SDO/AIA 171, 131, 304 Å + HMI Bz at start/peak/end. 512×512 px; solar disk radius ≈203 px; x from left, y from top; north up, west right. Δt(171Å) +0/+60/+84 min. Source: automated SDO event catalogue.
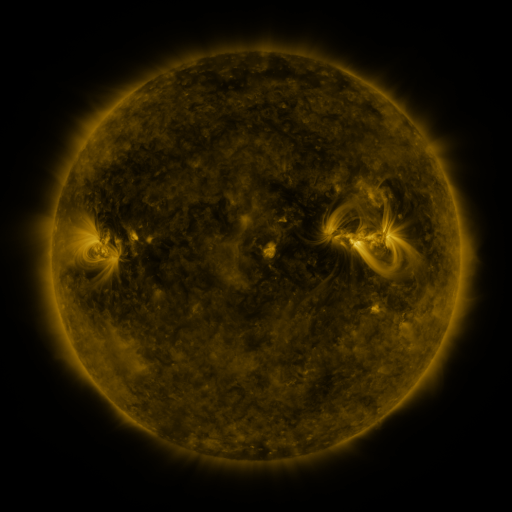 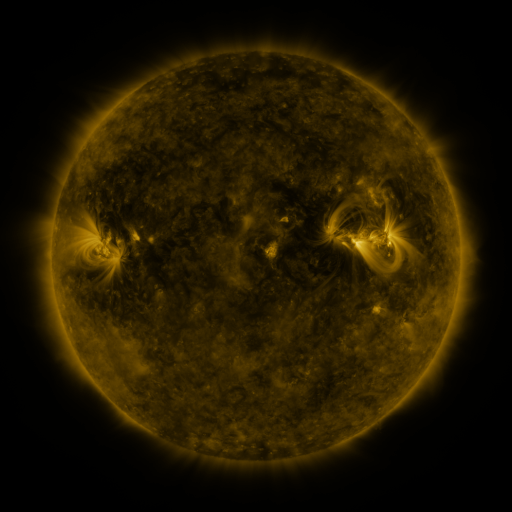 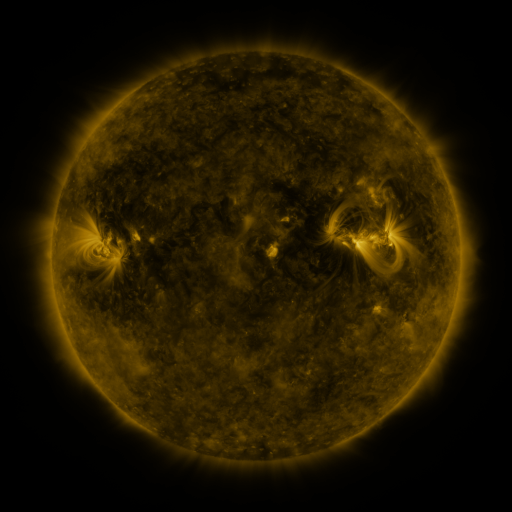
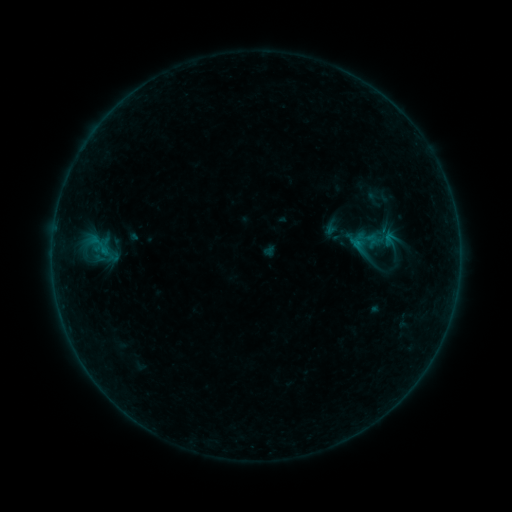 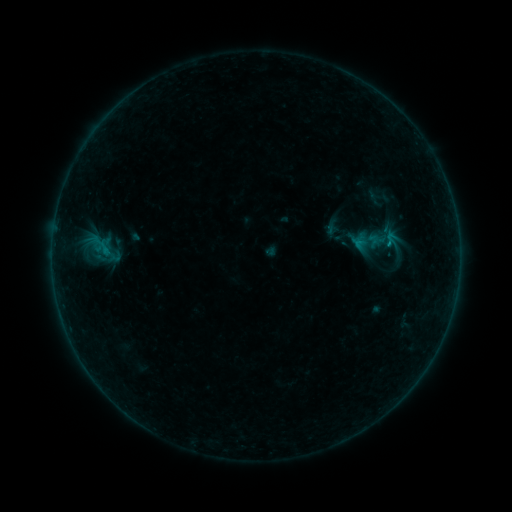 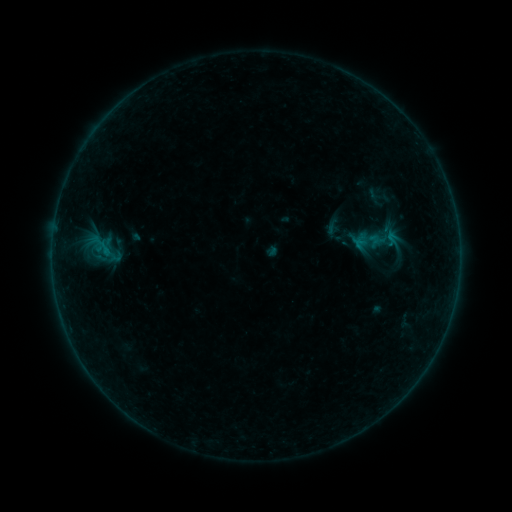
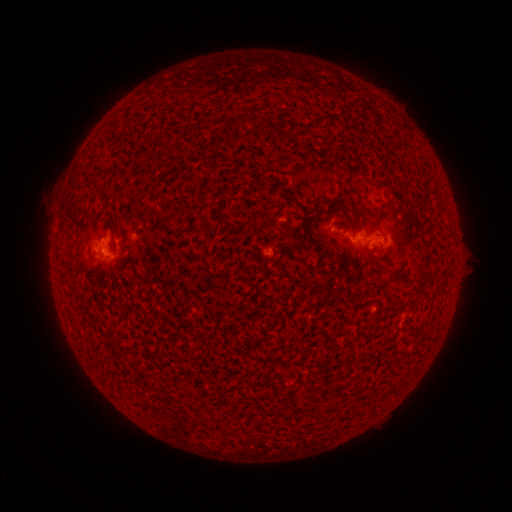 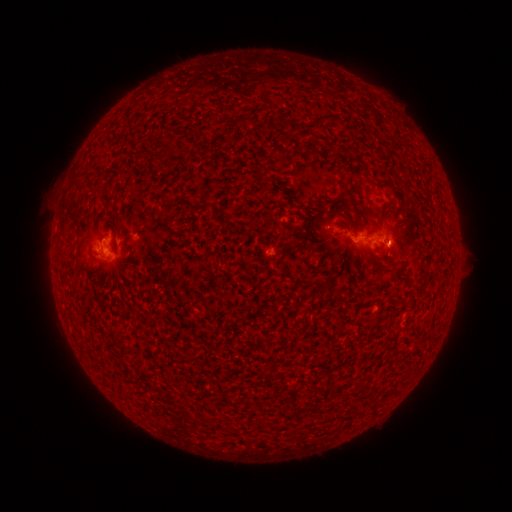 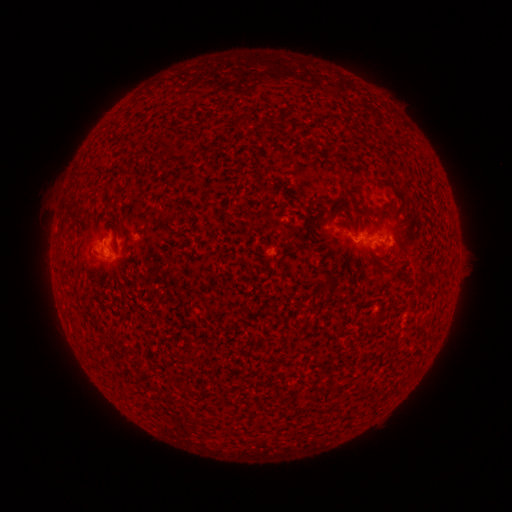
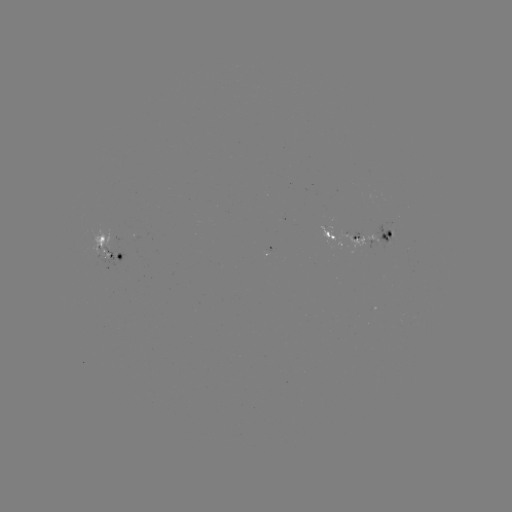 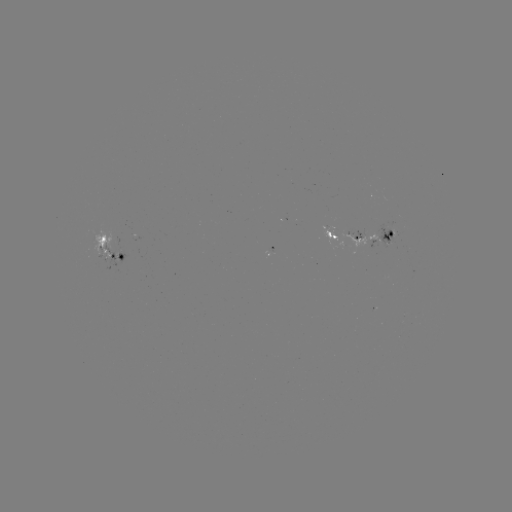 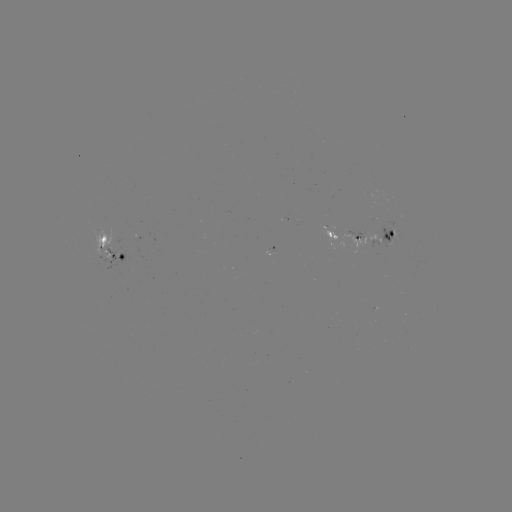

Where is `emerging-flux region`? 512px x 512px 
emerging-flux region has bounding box [375, 226, 394, 248].